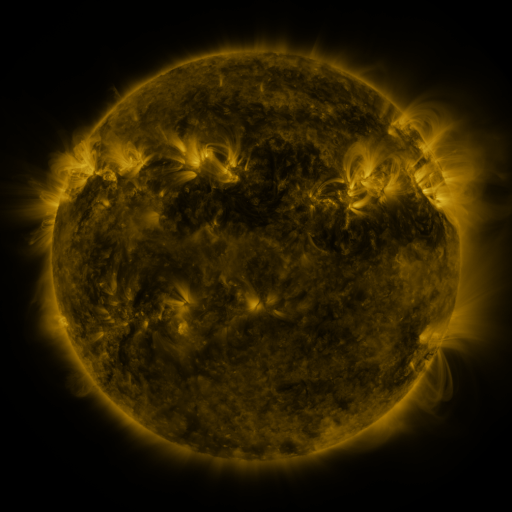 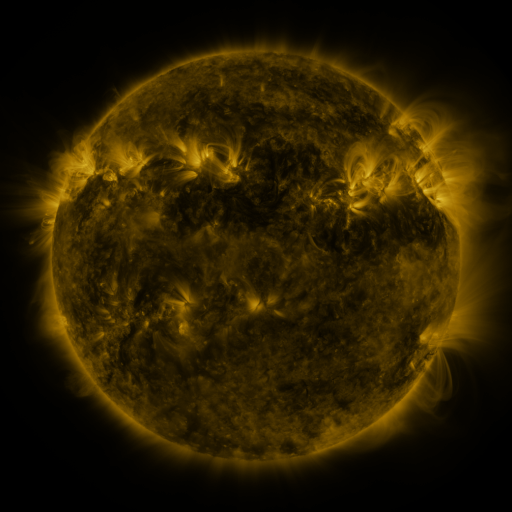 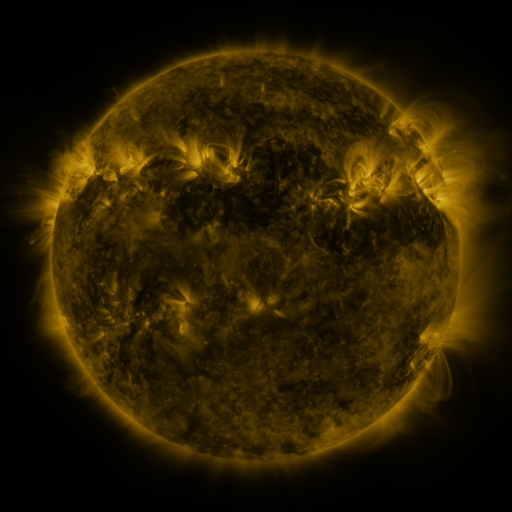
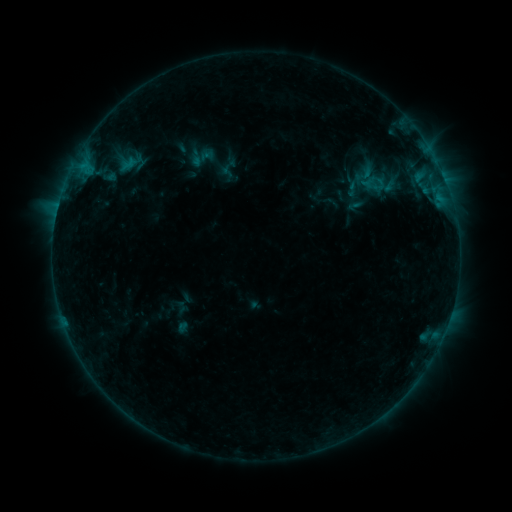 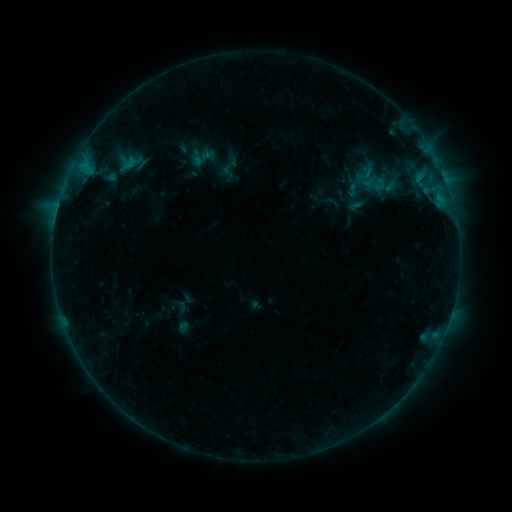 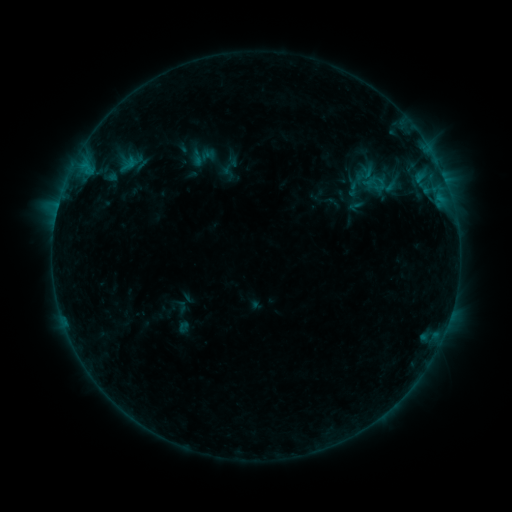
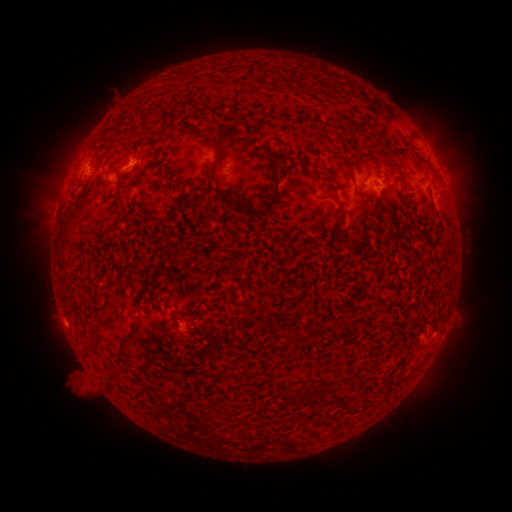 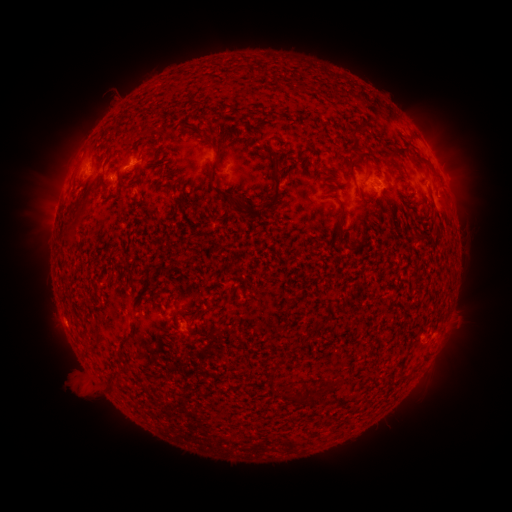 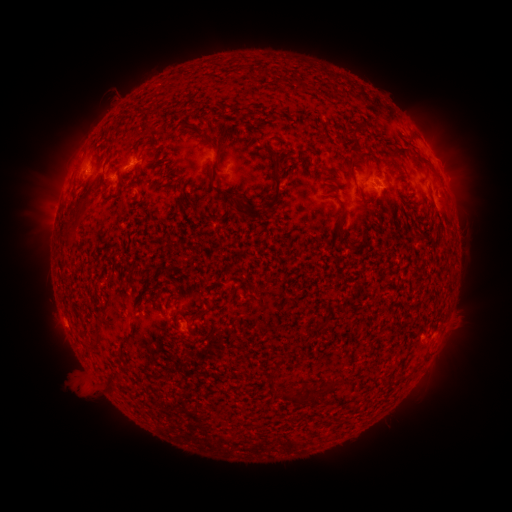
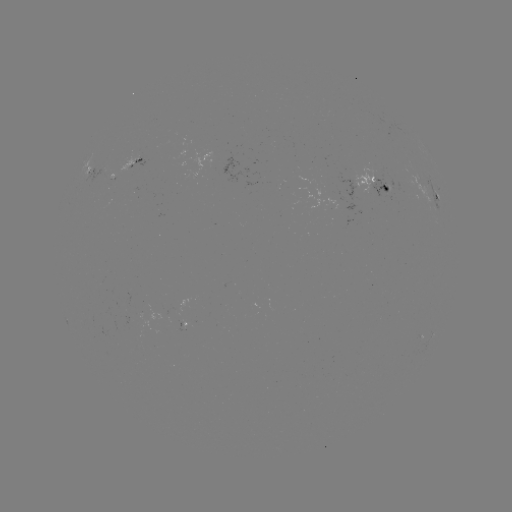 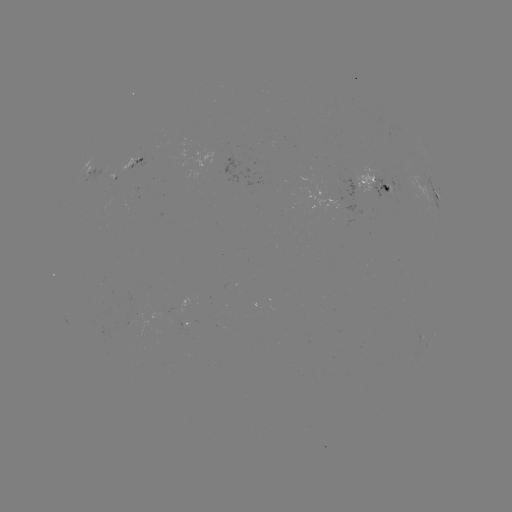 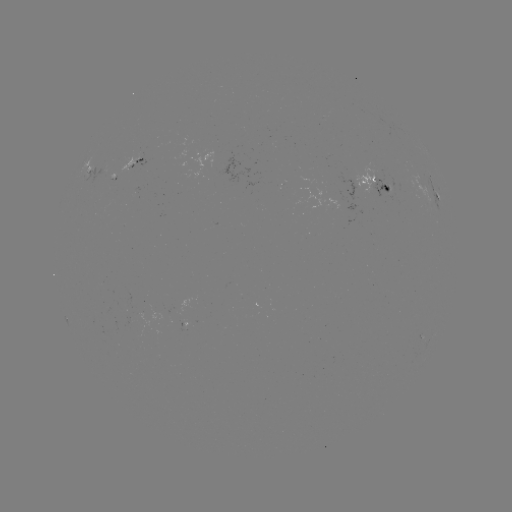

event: emerging-flux region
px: (355, 186)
